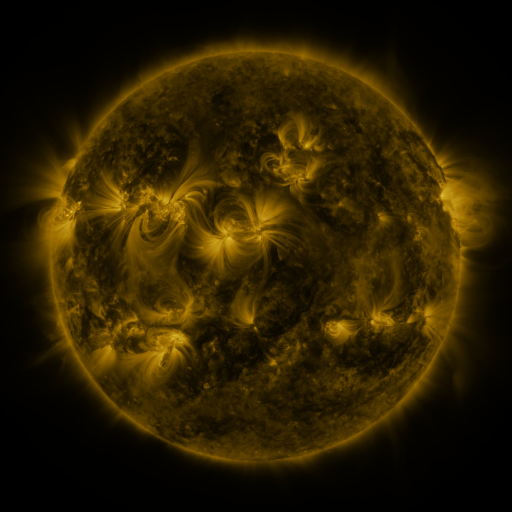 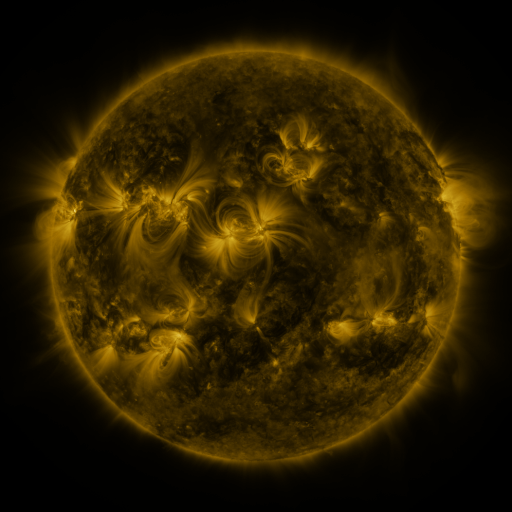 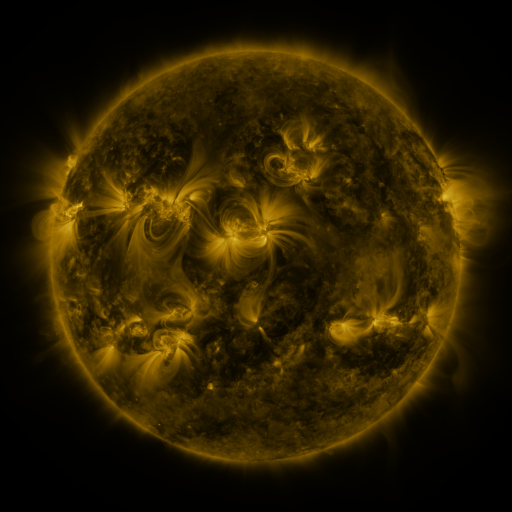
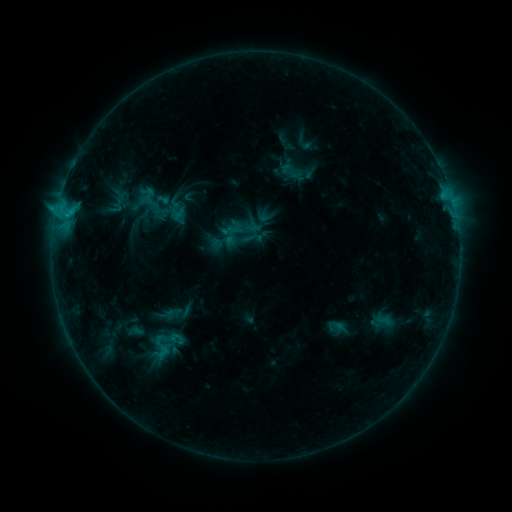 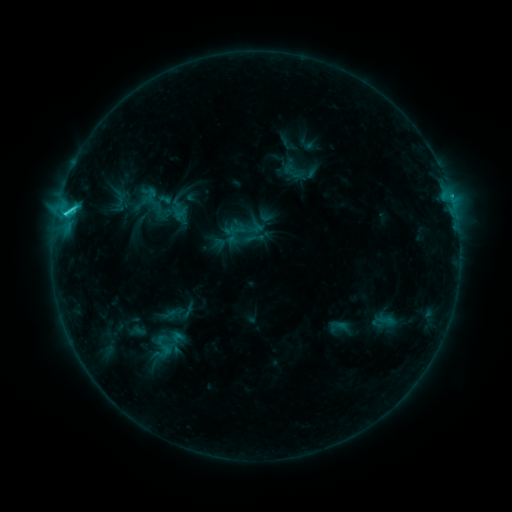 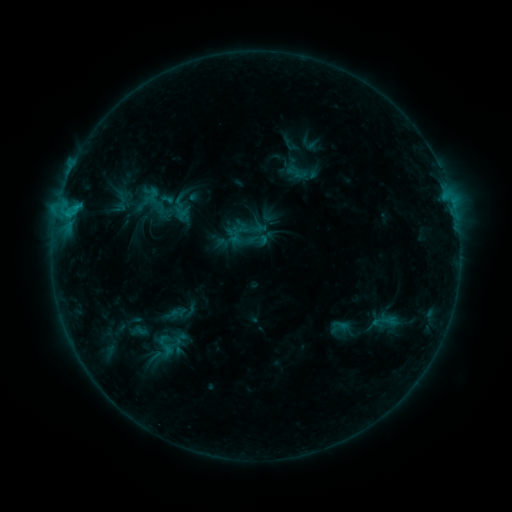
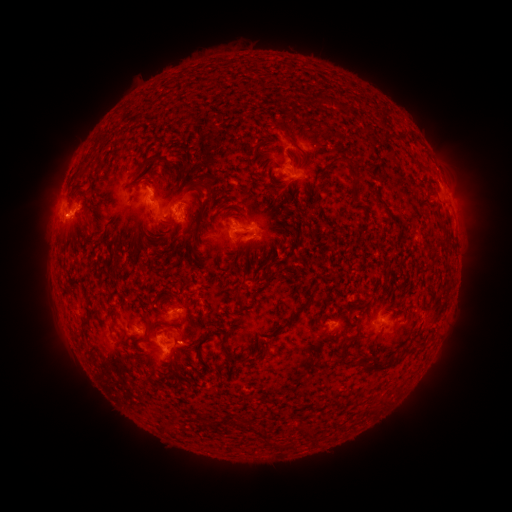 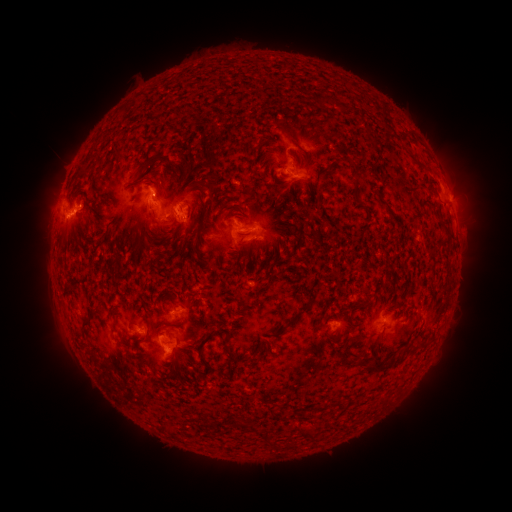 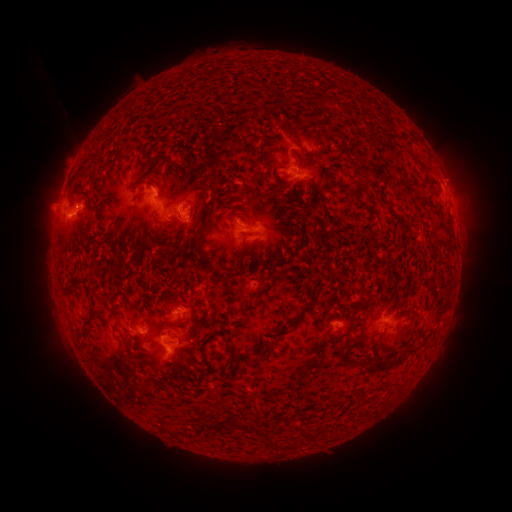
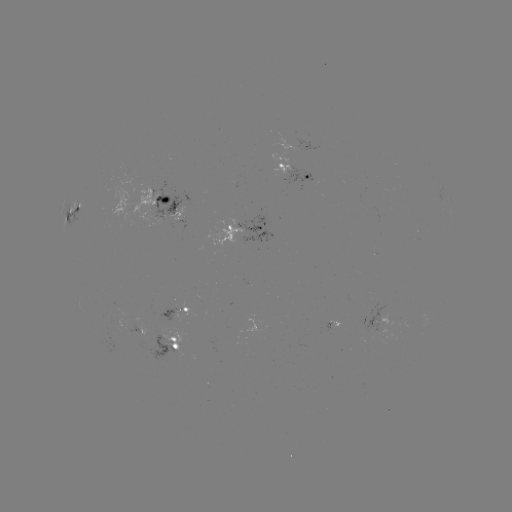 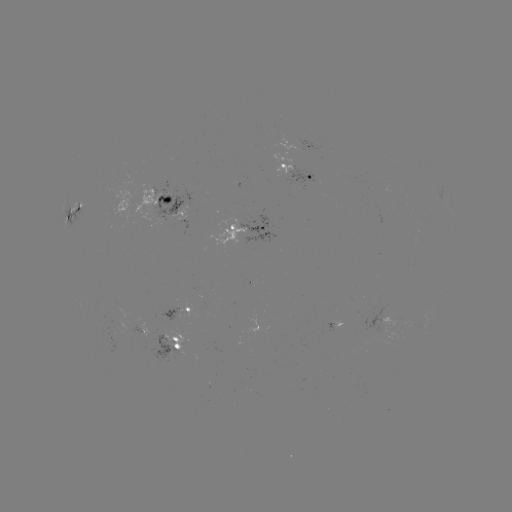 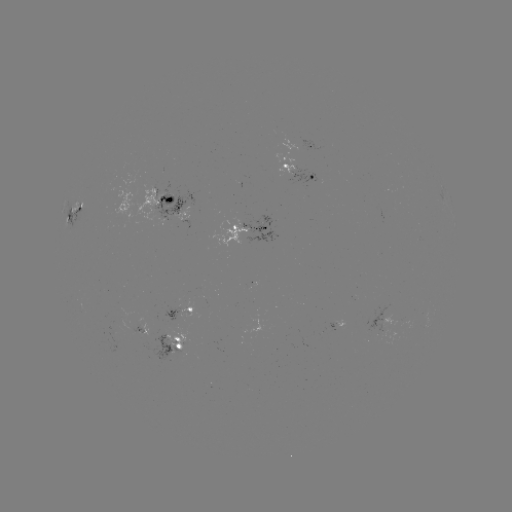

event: filament eruption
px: (469, 299)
